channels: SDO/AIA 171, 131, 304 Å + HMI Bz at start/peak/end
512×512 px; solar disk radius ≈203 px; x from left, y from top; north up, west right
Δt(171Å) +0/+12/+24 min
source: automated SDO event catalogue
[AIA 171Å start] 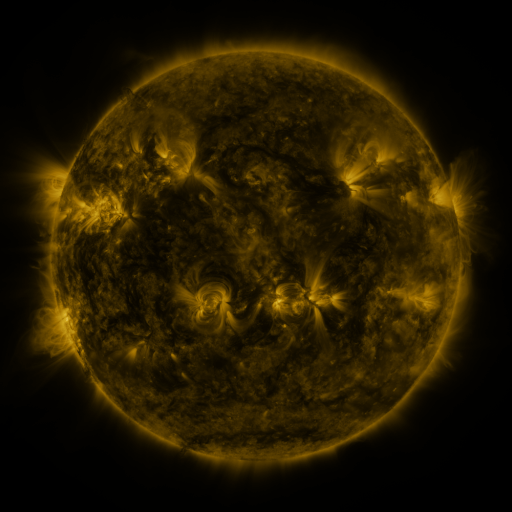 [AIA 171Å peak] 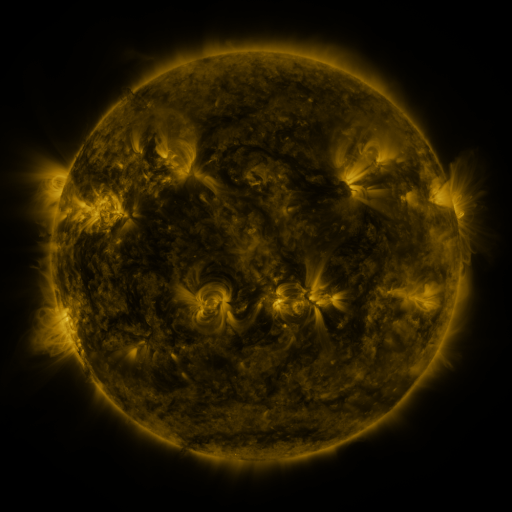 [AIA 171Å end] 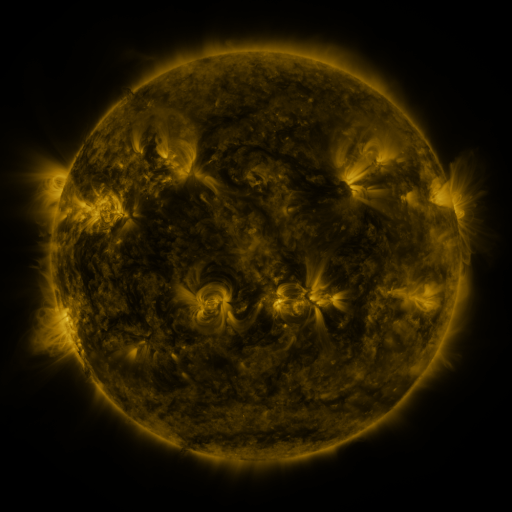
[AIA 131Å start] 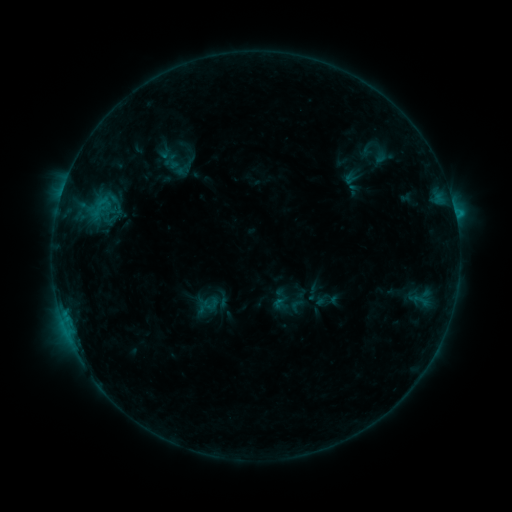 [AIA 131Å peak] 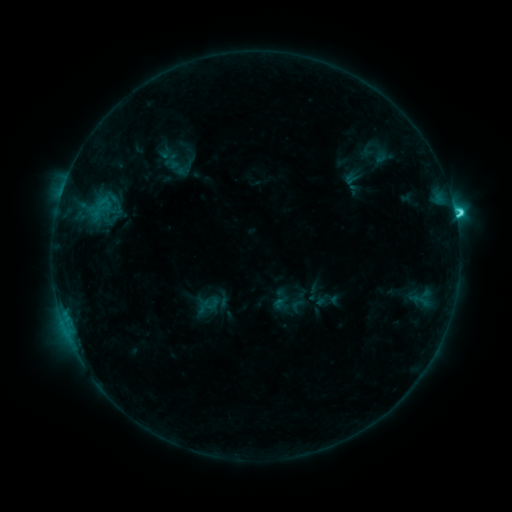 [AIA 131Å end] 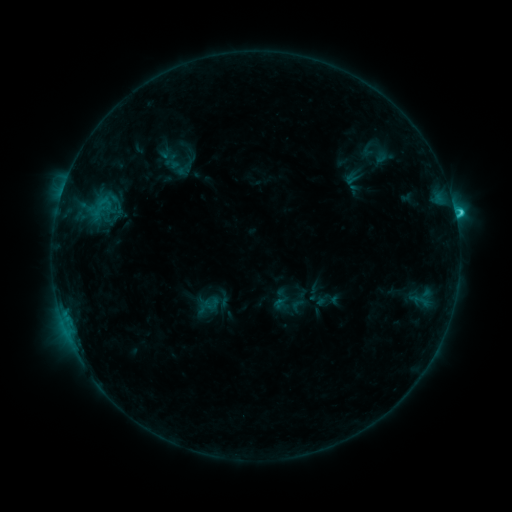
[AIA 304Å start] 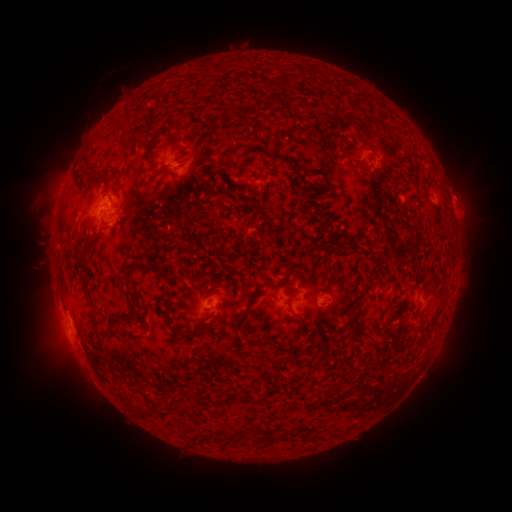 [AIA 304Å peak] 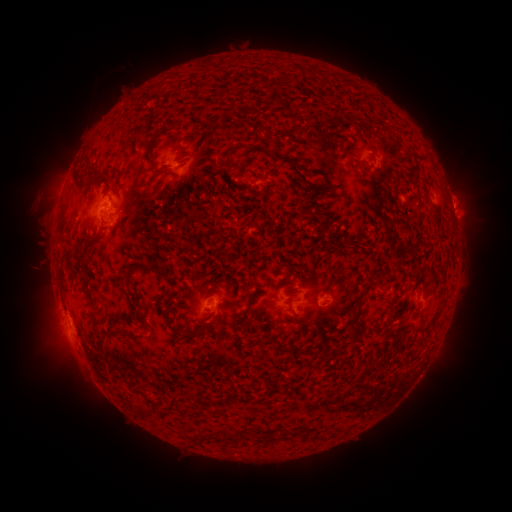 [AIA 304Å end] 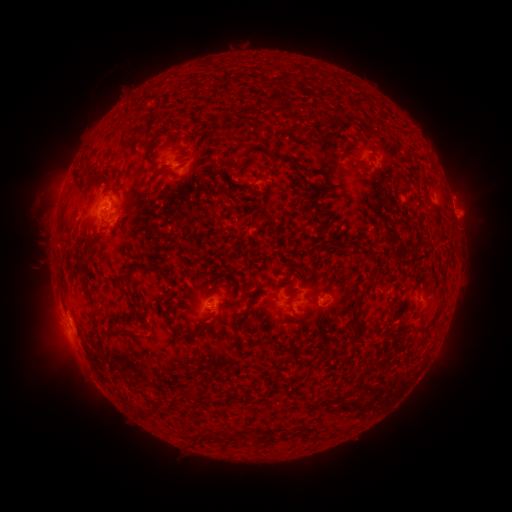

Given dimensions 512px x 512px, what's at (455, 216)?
C3.1 flare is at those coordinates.